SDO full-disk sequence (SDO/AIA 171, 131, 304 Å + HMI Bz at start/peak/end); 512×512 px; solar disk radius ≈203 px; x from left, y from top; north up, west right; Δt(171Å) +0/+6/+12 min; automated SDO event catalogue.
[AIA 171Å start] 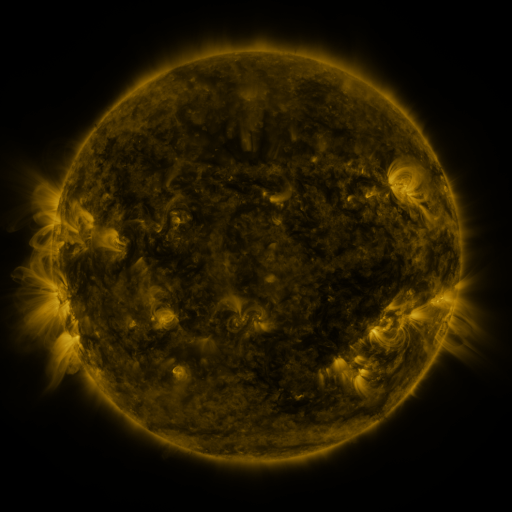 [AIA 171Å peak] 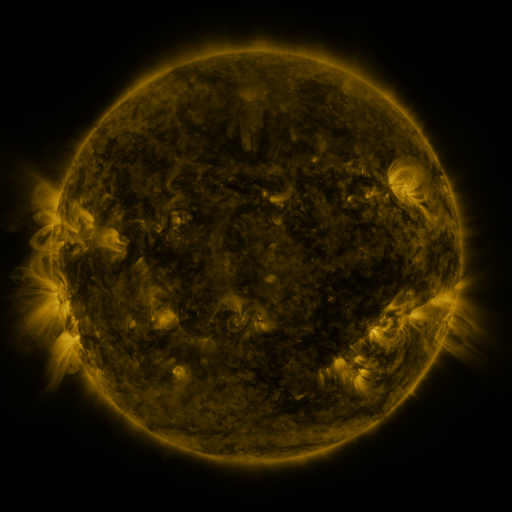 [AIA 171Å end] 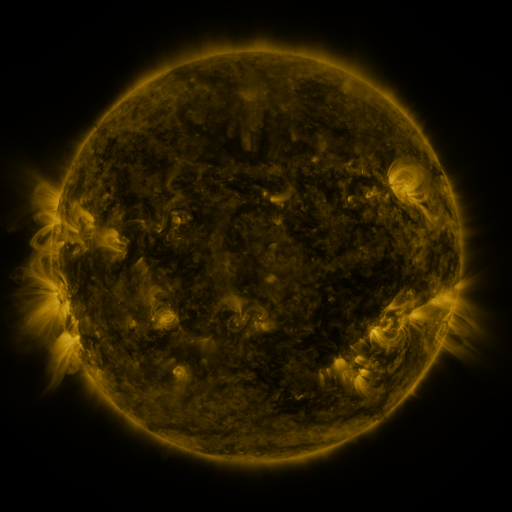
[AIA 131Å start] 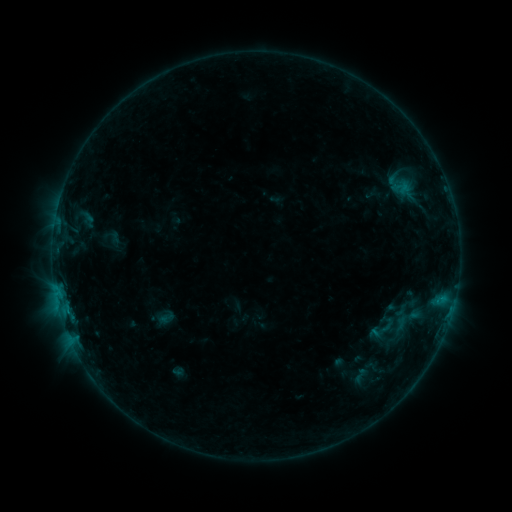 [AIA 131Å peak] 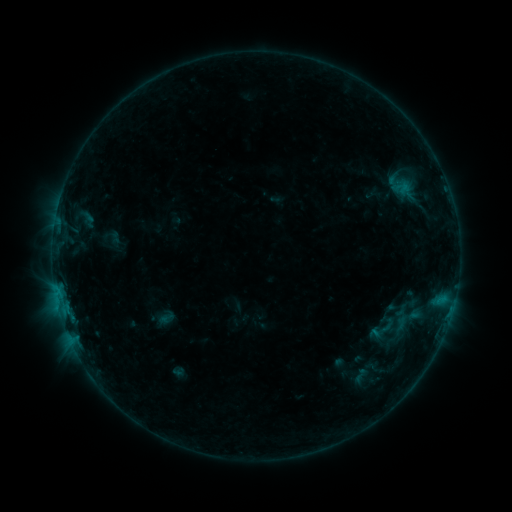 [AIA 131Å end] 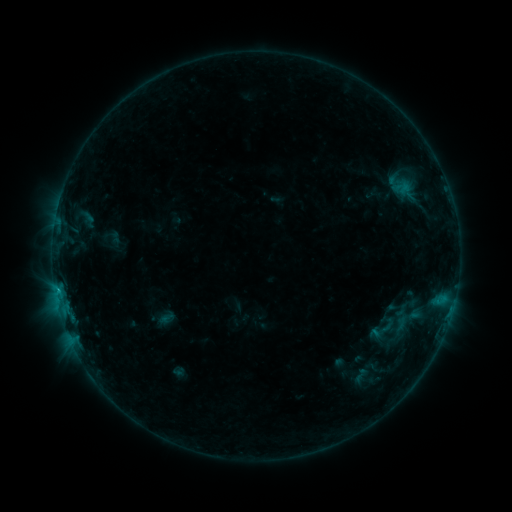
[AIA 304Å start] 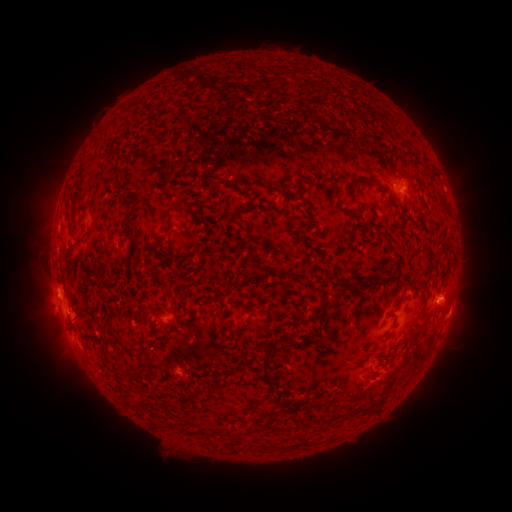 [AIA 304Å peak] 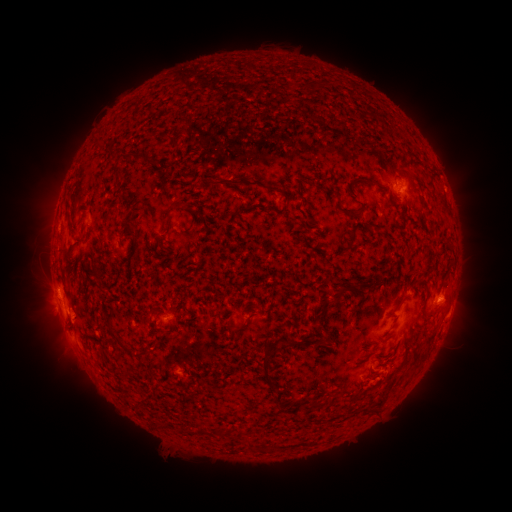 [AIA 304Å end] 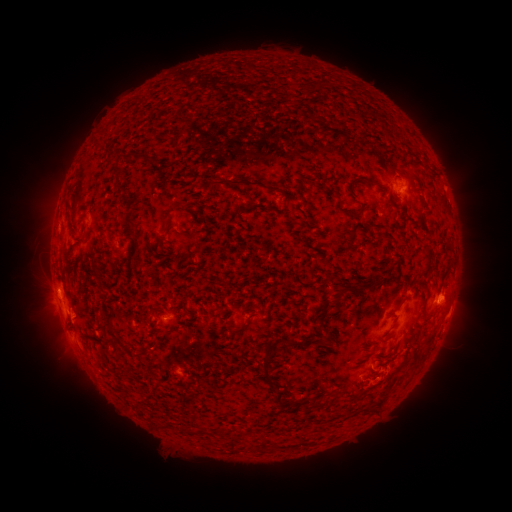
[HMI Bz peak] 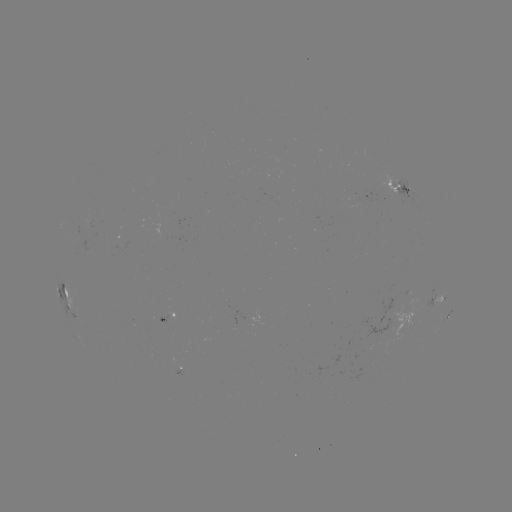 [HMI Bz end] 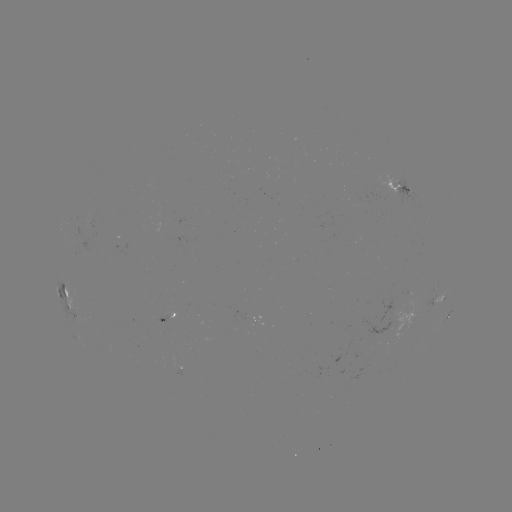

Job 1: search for B7.7 flare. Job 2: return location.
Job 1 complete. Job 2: (60, 296).